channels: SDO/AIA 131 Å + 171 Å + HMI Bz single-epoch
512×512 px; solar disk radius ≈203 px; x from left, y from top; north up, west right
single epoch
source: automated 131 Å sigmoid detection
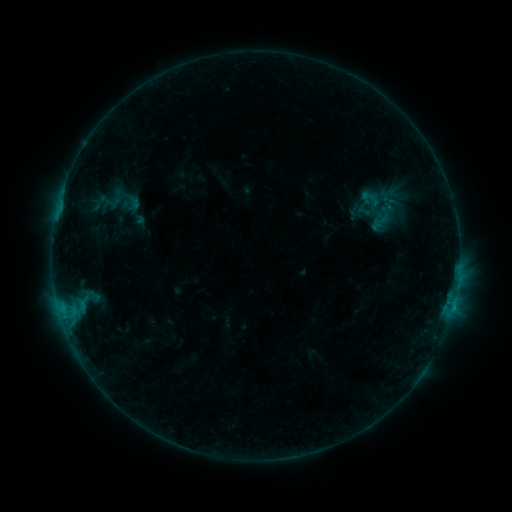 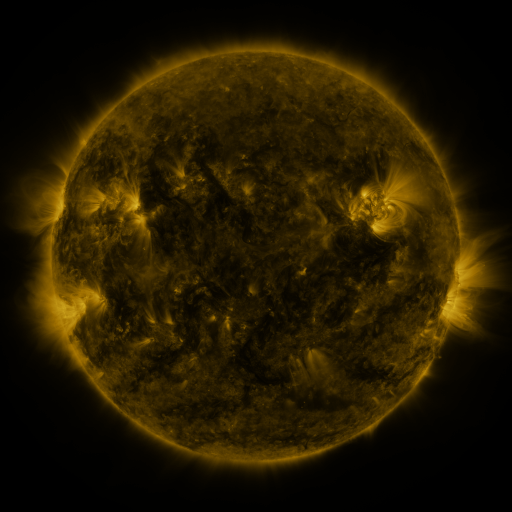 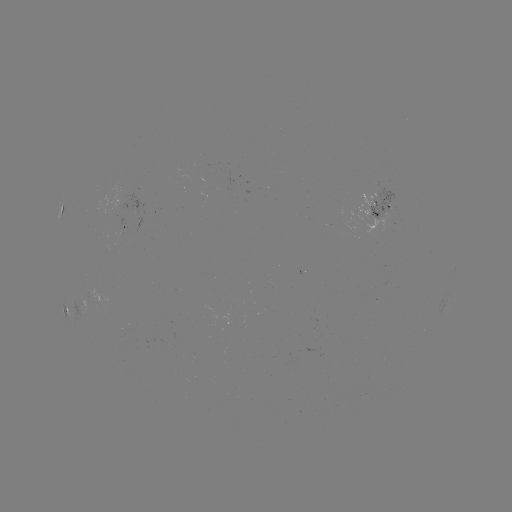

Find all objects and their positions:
sigmoid: <bbox>357, 187, 383, 208</bbox>
